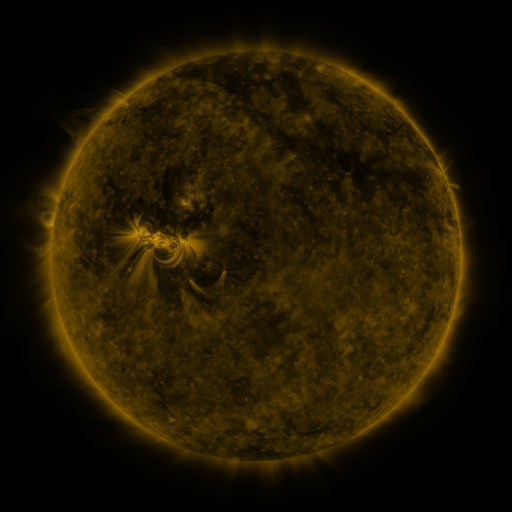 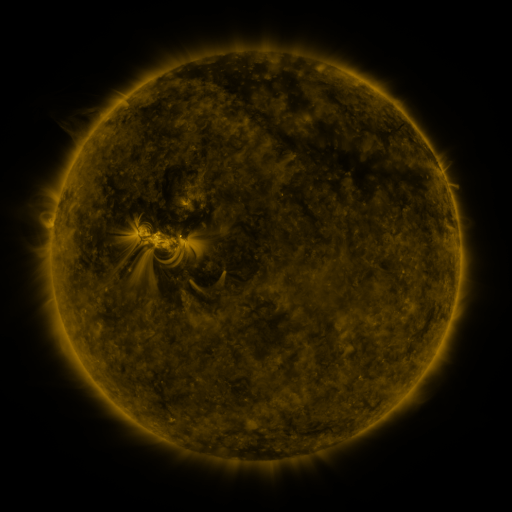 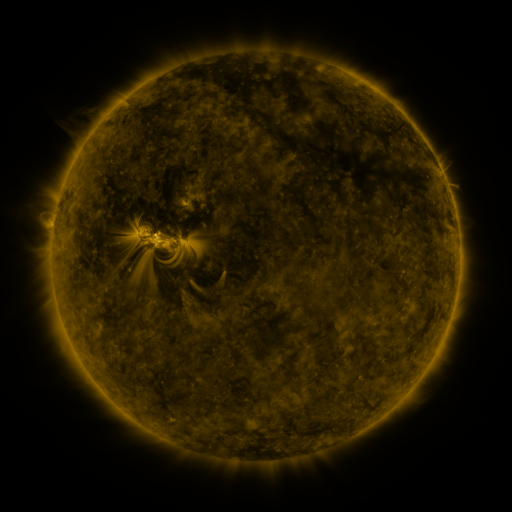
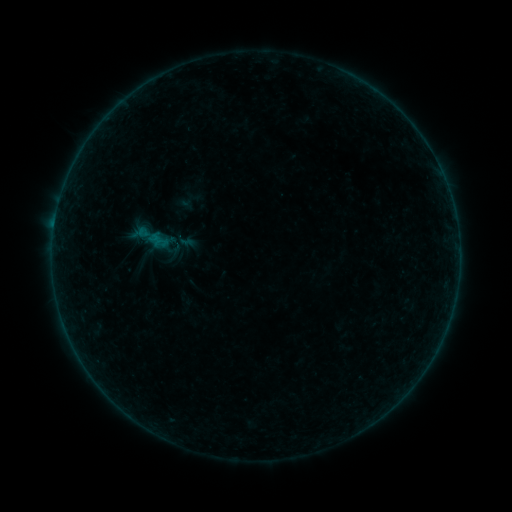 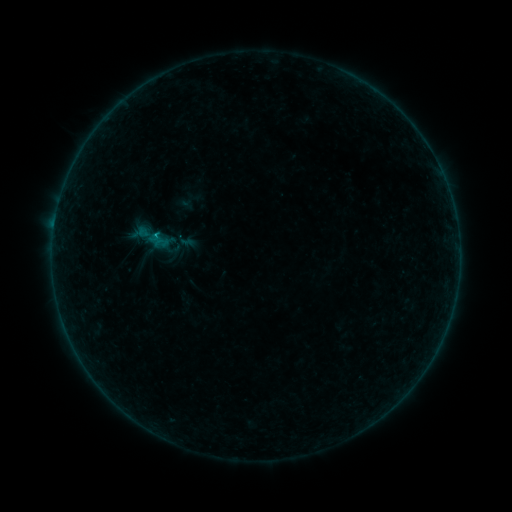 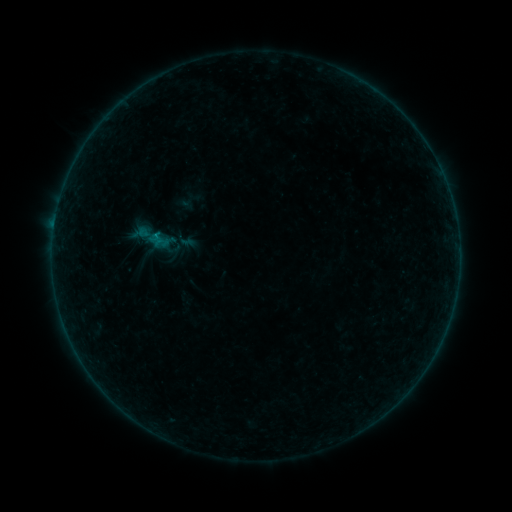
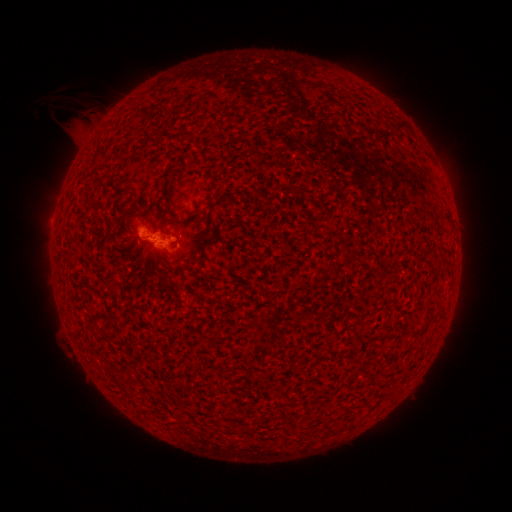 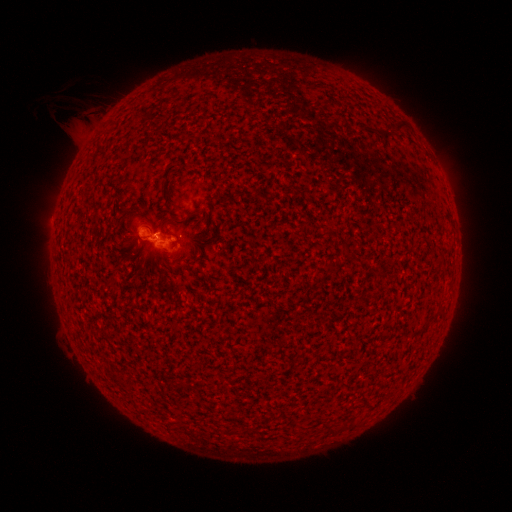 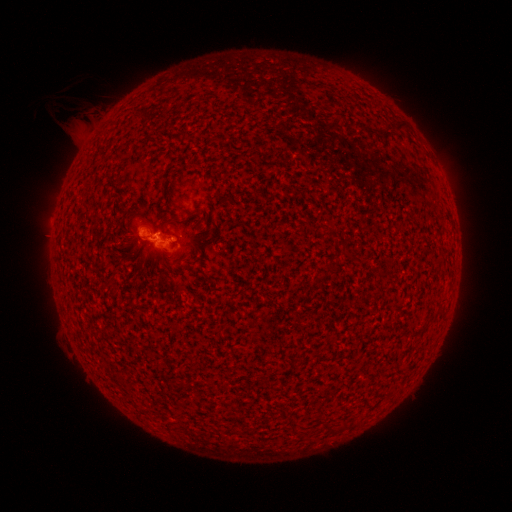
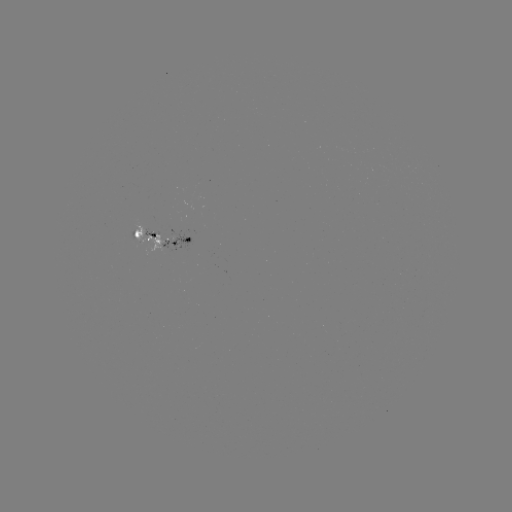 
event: flare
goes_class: B3.0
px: (158, 238)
